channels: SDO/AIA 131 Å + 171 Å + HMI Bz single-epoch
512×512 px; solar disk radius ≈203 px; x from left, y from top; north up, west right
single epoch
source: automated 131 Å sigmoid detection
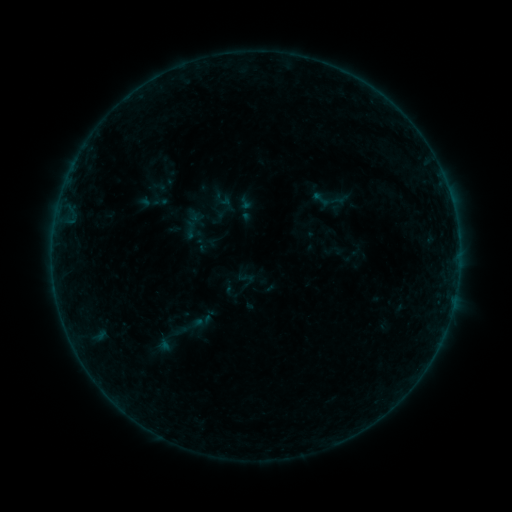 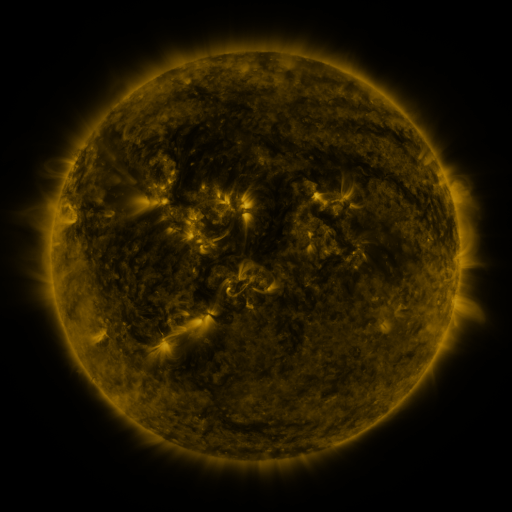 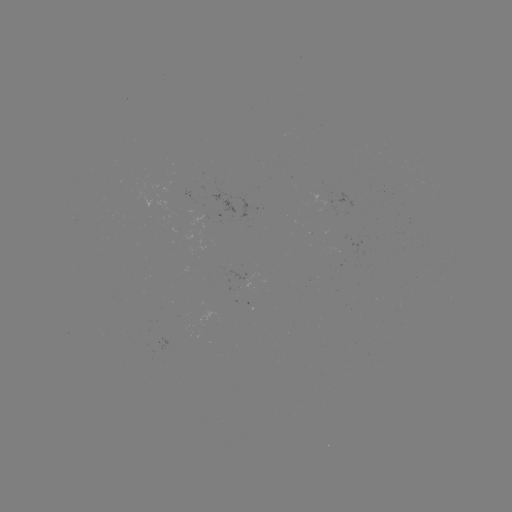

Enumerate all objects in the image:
sigmoid: (321, 199)
sigmoid: (168, 339)
